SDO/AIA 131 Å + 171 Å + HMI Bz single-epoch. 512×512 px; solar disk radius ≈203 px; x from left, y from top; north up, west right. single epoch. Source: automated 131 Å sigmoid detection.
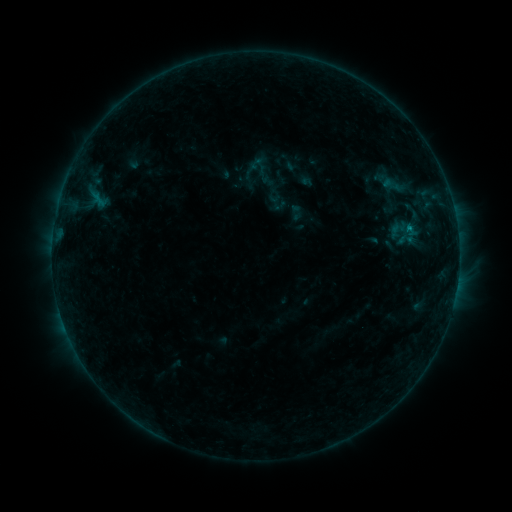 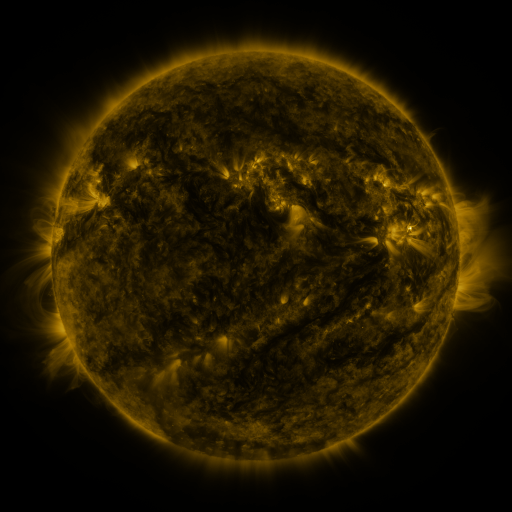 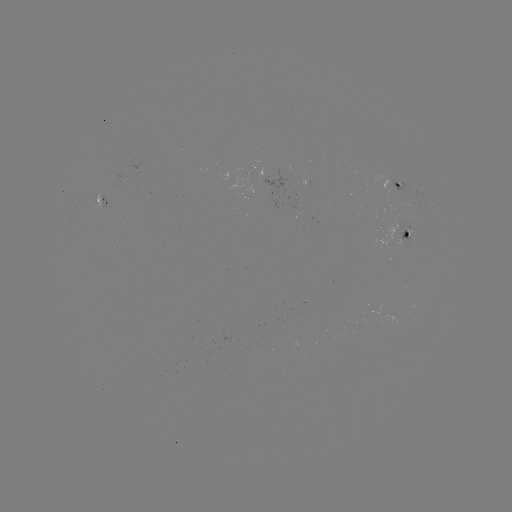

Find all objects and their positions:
sigmoid: (399, 229)
